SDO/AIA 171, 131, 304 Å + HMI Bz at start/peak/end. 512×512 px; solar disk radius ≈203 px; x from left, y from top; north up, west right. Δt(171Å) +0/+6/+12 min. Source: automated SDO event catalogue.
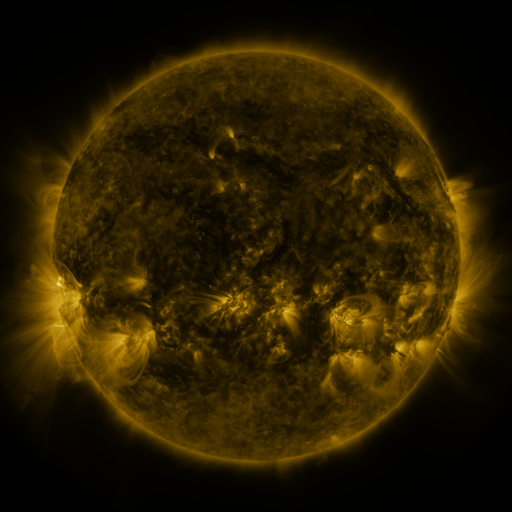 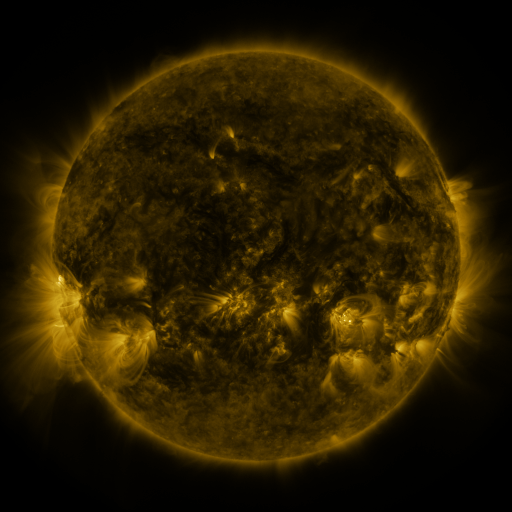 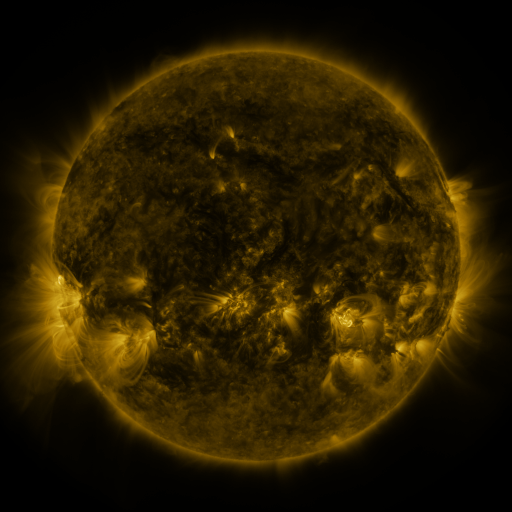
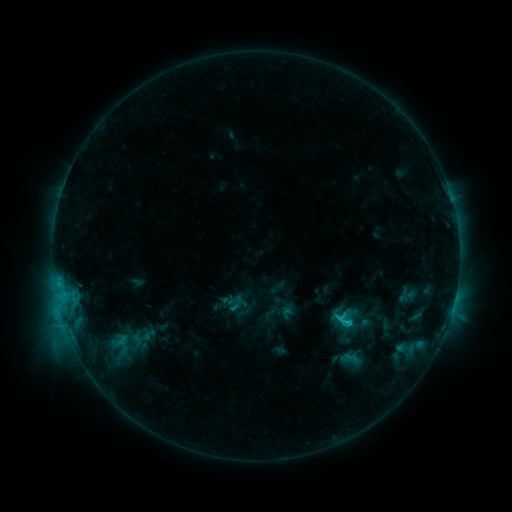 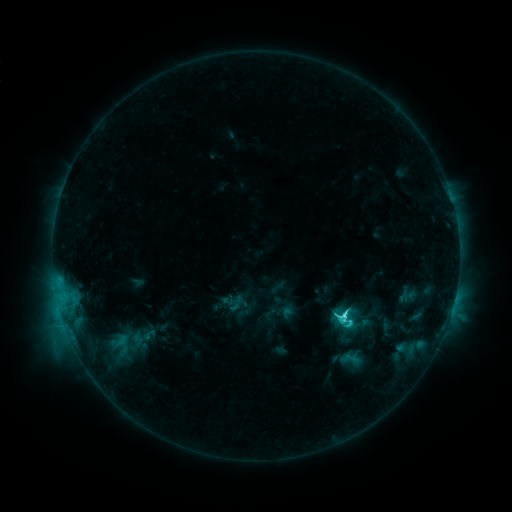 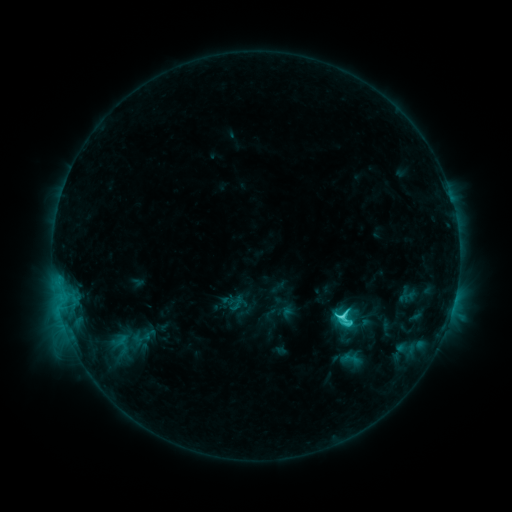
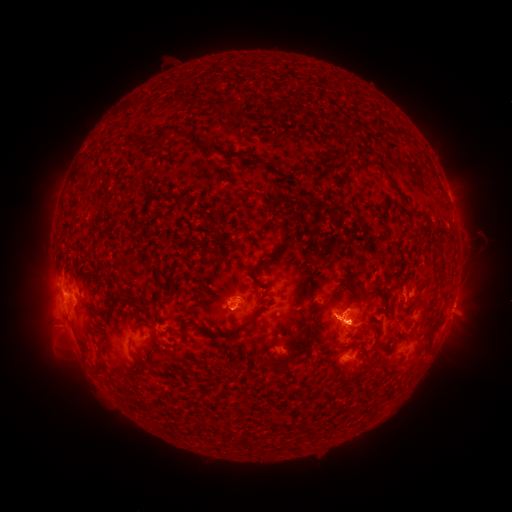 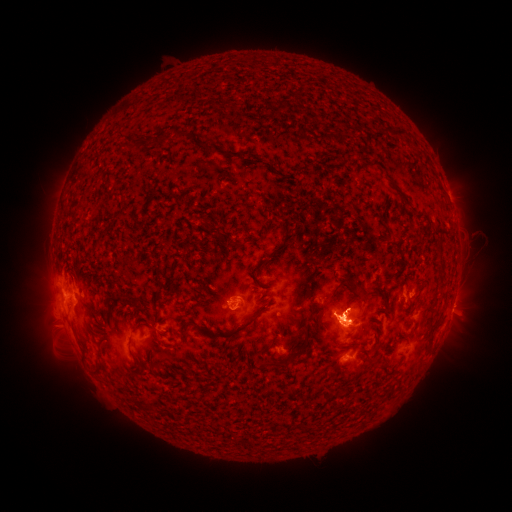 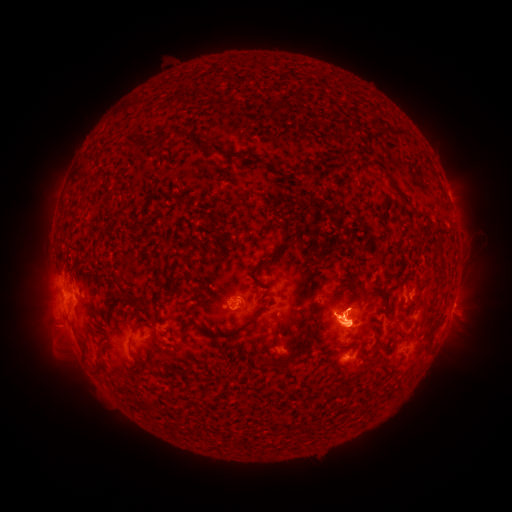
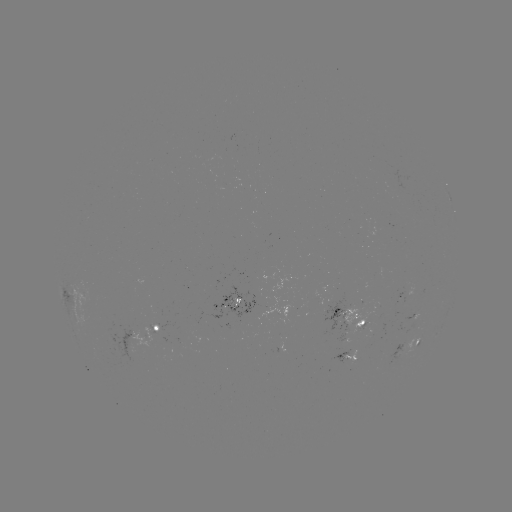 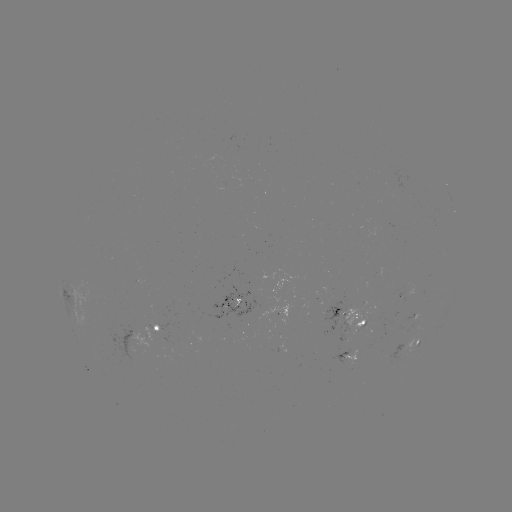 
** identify C6.7 flare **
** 341,313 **